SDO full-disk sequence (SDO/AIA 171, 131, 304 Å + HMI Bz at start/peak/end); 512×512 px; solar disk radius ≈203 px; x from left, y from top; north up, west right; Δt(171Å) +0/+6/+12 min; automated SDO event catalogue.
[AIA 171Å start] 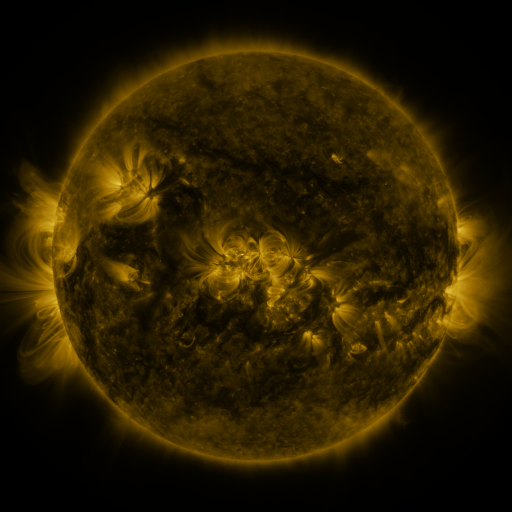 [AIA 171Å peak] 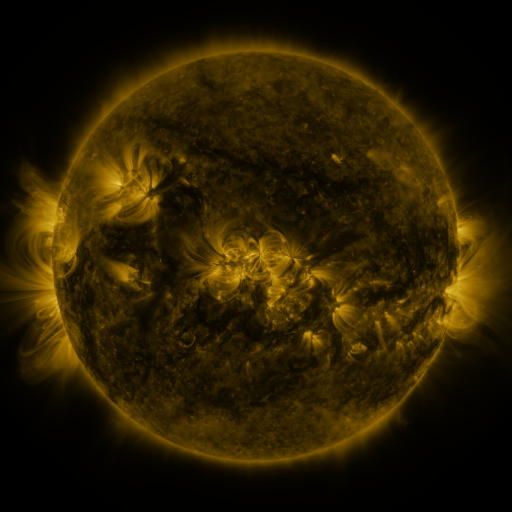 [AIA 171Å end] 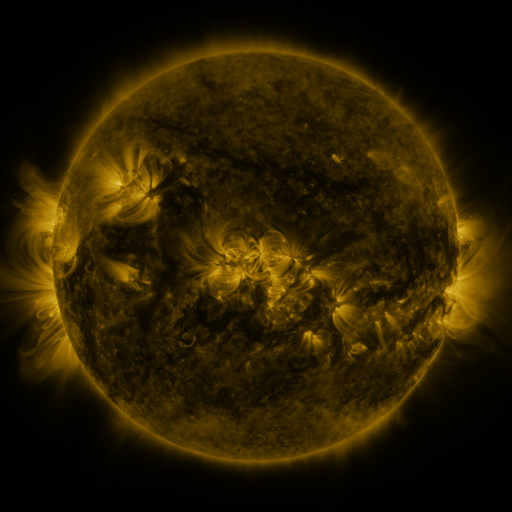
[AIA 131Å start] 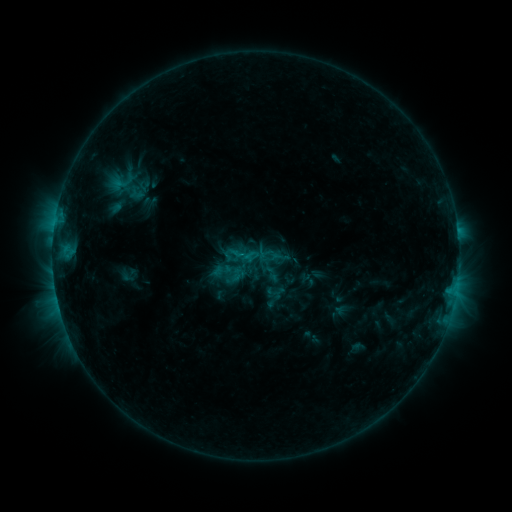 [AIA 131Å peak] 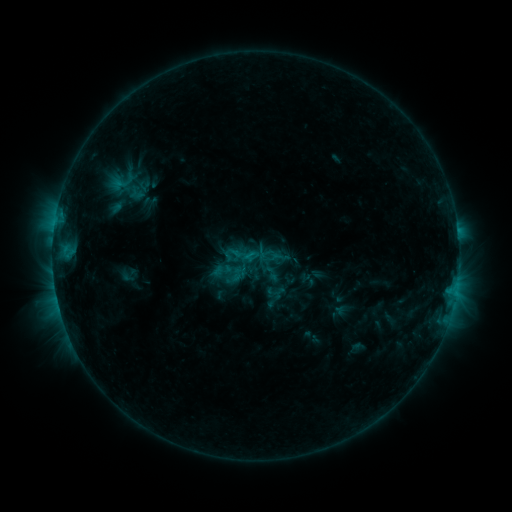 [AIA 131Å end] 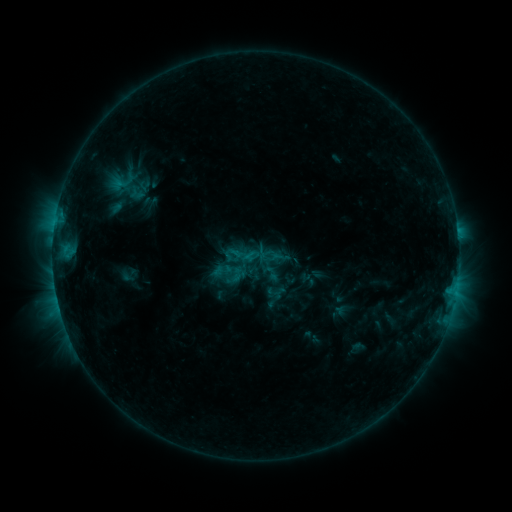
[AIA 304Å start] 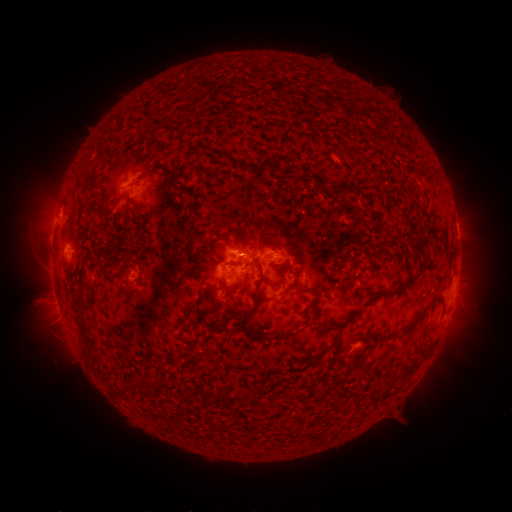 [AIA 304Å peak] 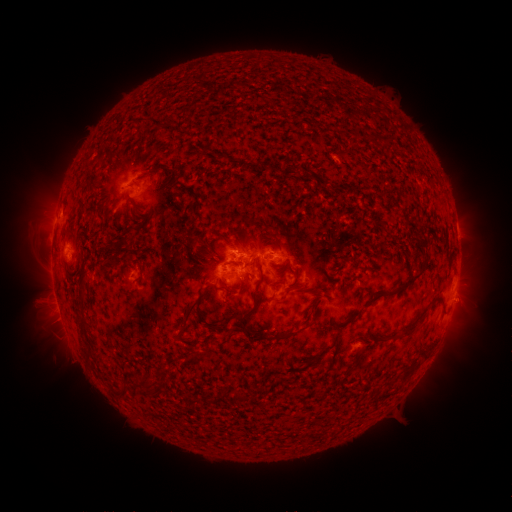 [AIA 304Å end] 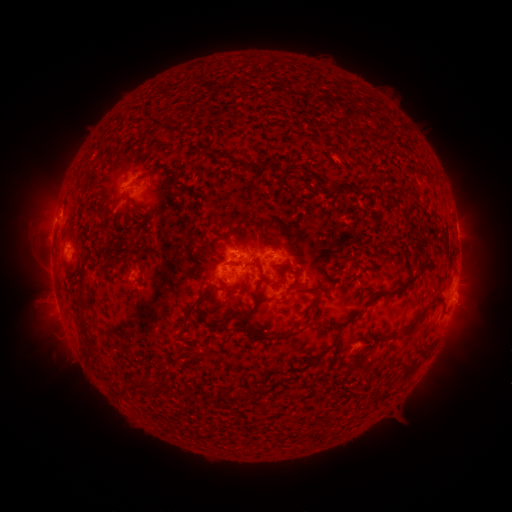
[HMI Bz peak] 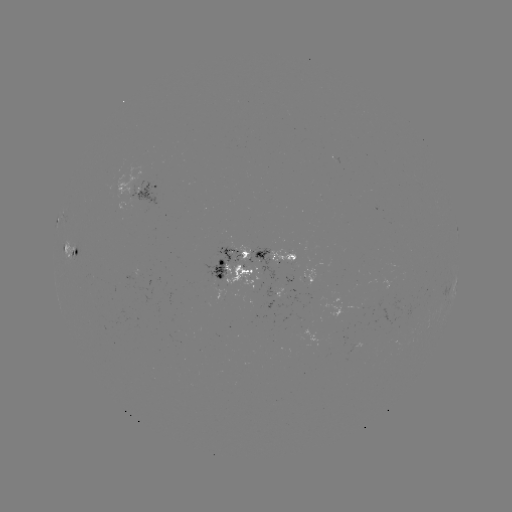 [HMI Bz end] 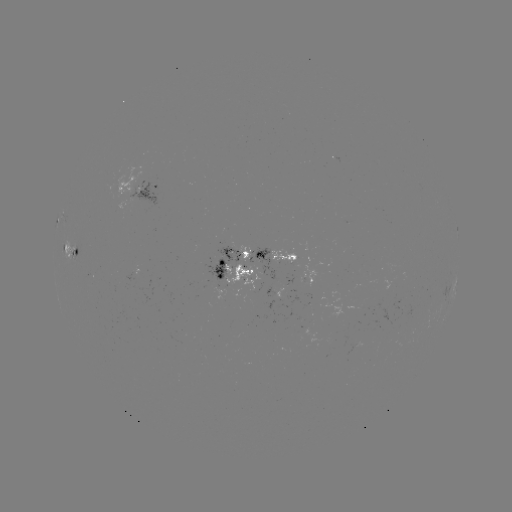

no flare in any classed list; no EUV-trigger detection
